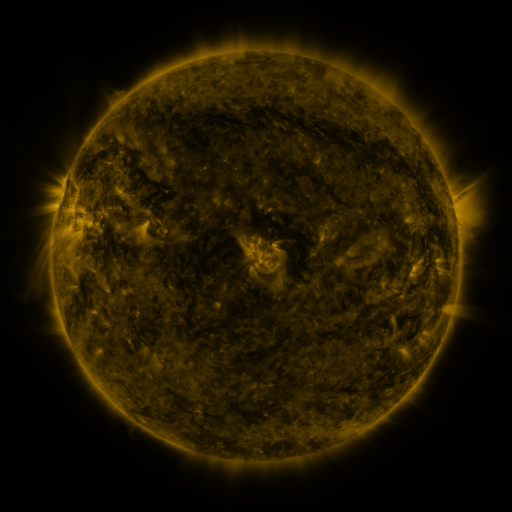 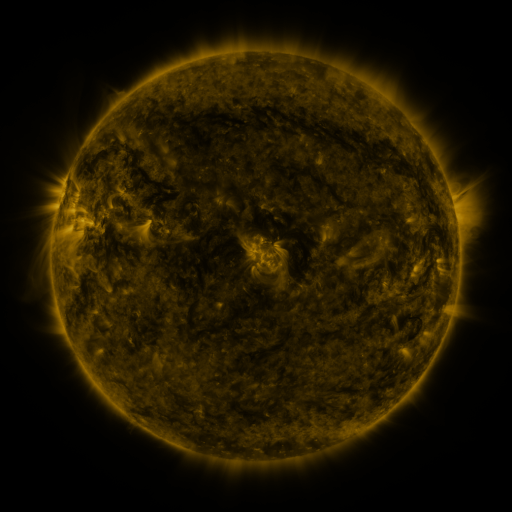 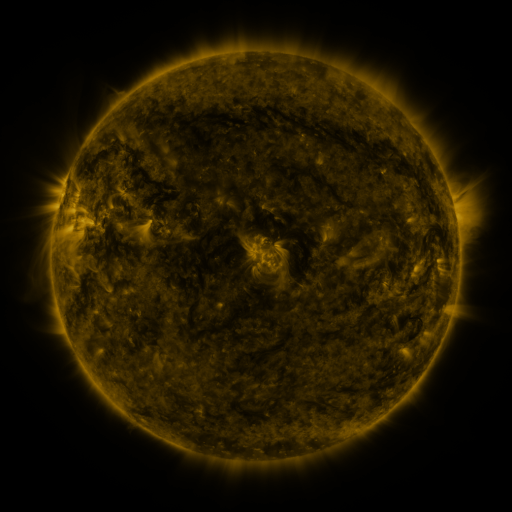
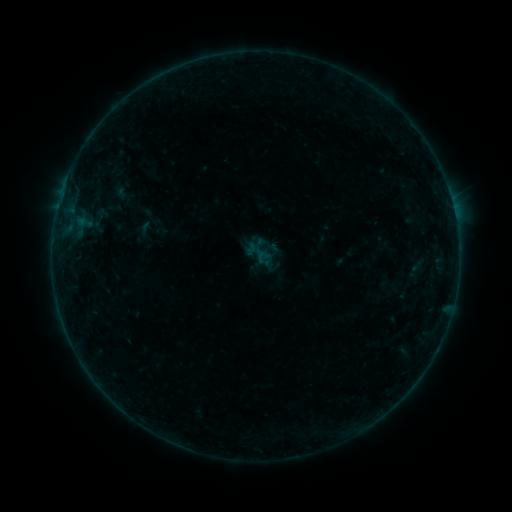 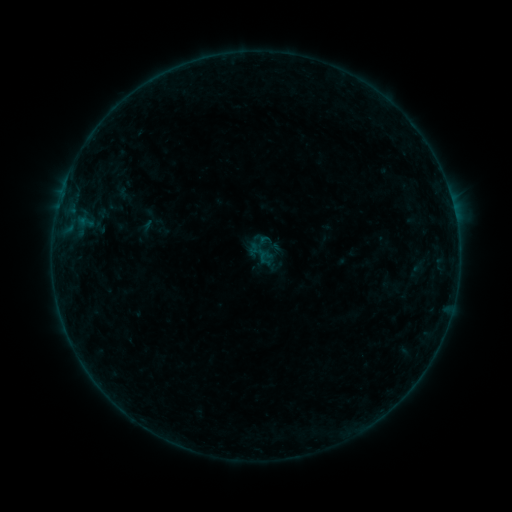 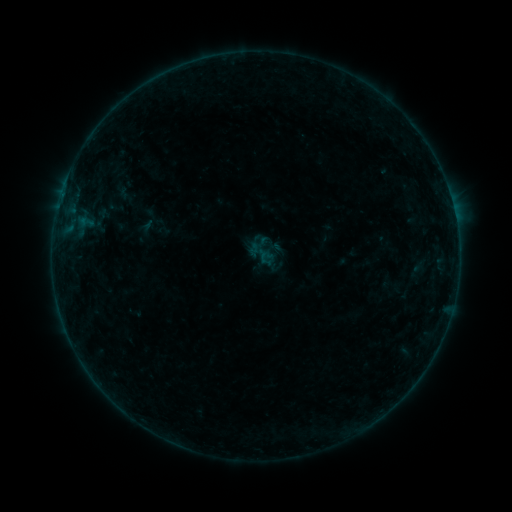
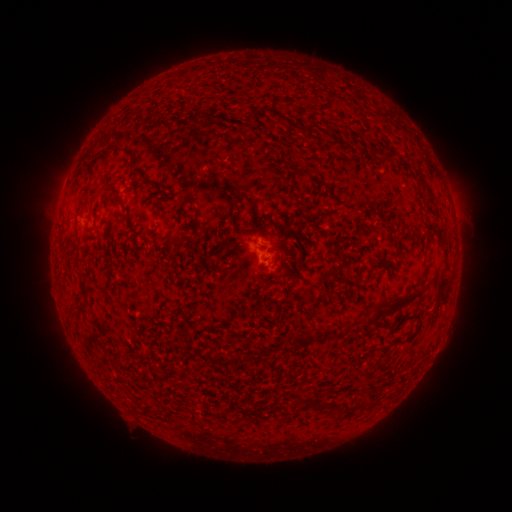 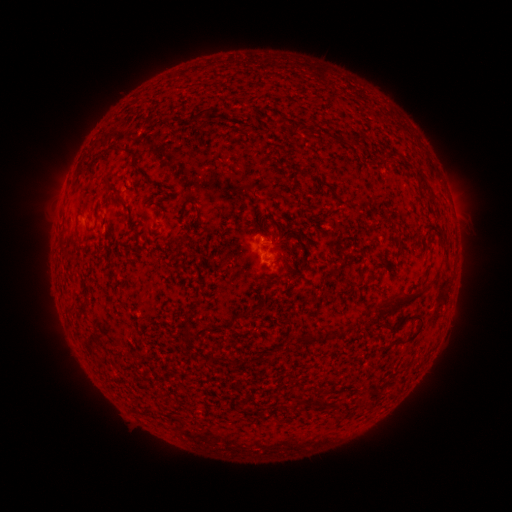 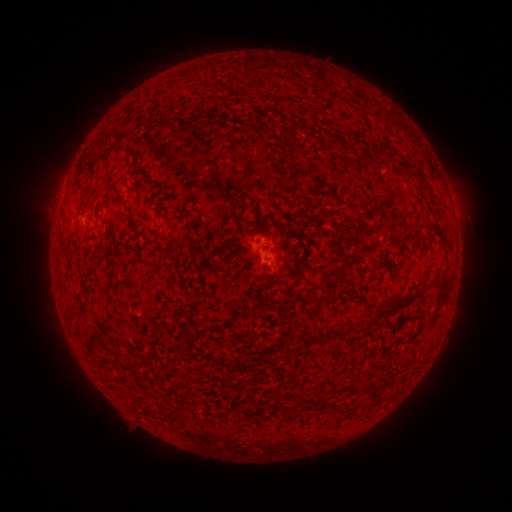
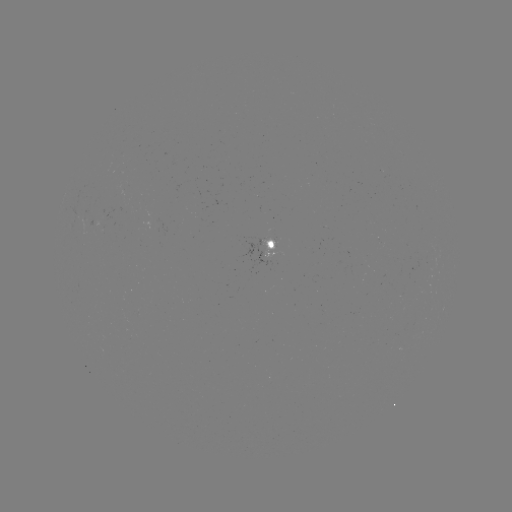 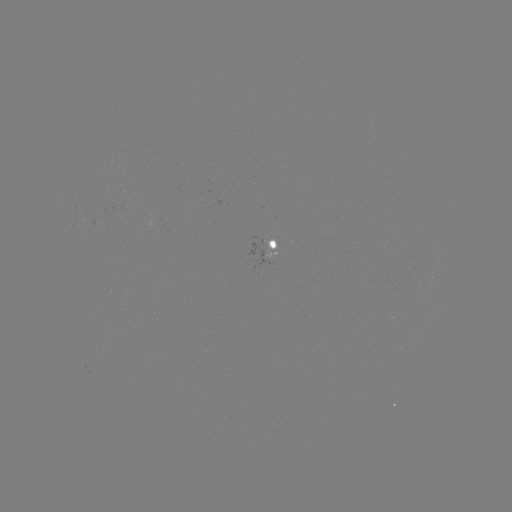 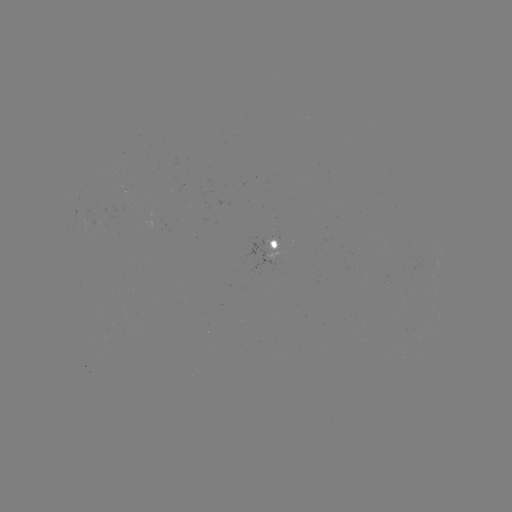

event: emerging-flux region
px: (88, 215)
